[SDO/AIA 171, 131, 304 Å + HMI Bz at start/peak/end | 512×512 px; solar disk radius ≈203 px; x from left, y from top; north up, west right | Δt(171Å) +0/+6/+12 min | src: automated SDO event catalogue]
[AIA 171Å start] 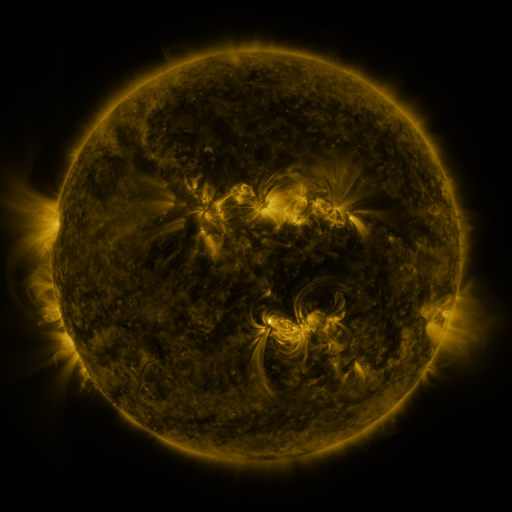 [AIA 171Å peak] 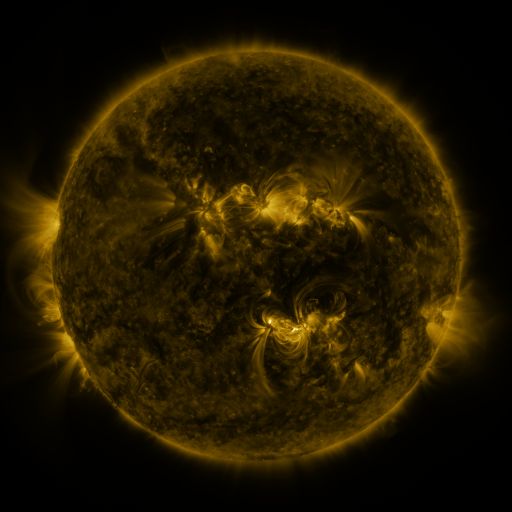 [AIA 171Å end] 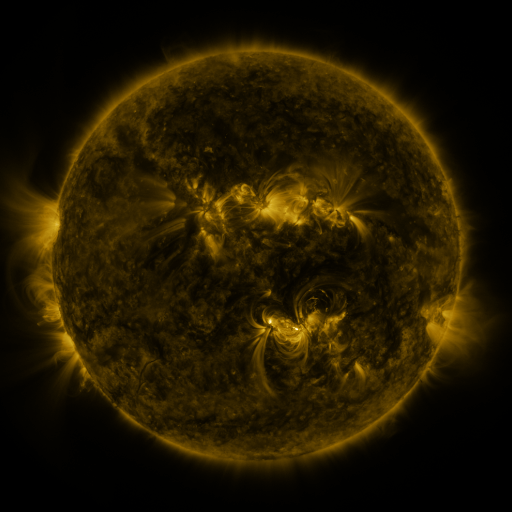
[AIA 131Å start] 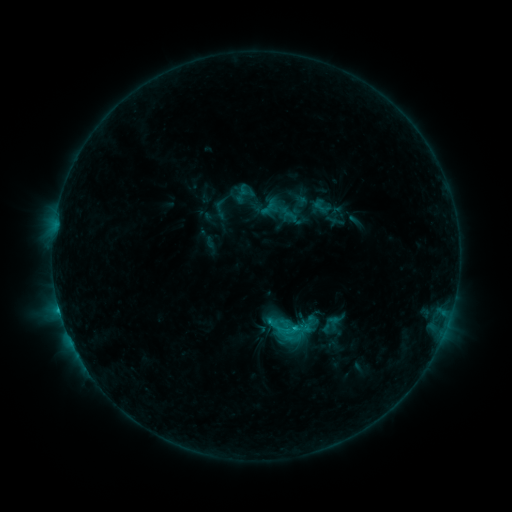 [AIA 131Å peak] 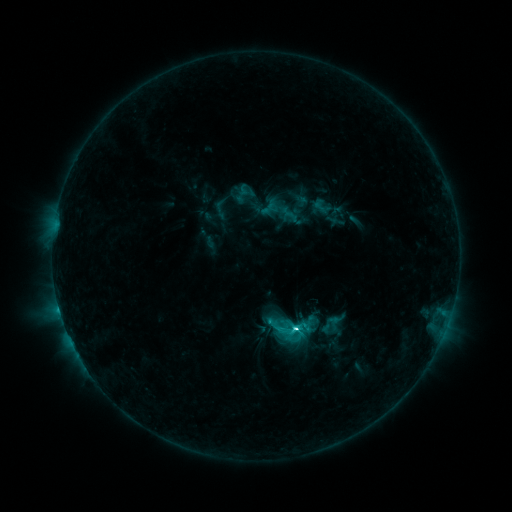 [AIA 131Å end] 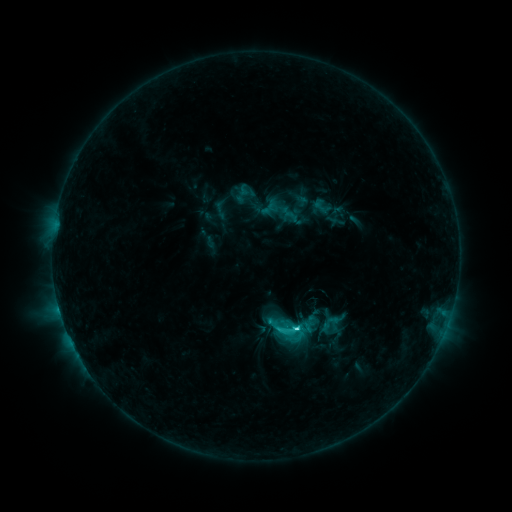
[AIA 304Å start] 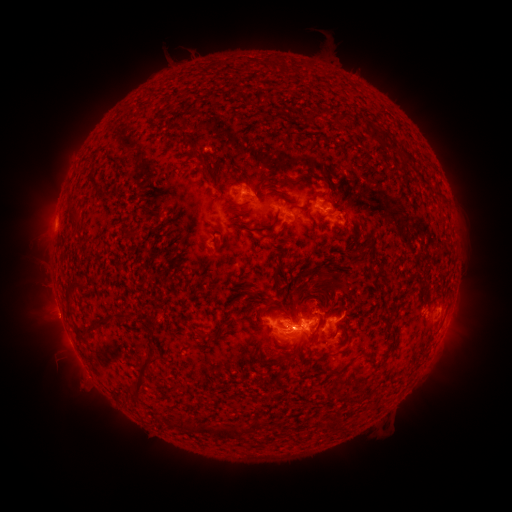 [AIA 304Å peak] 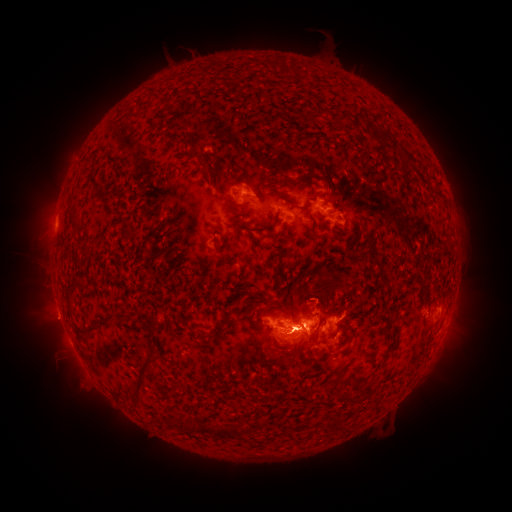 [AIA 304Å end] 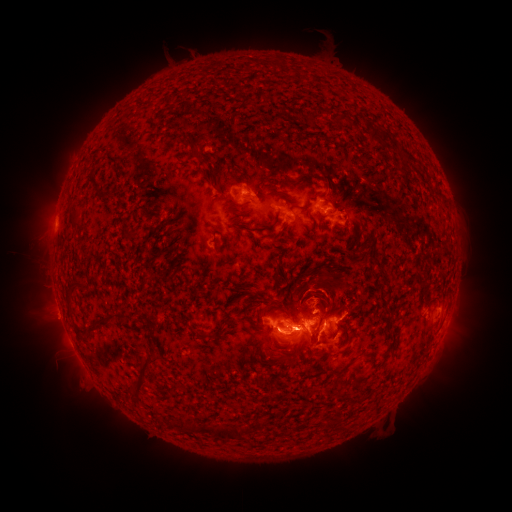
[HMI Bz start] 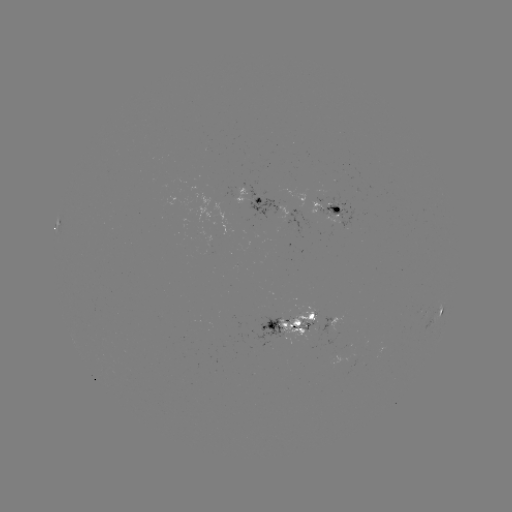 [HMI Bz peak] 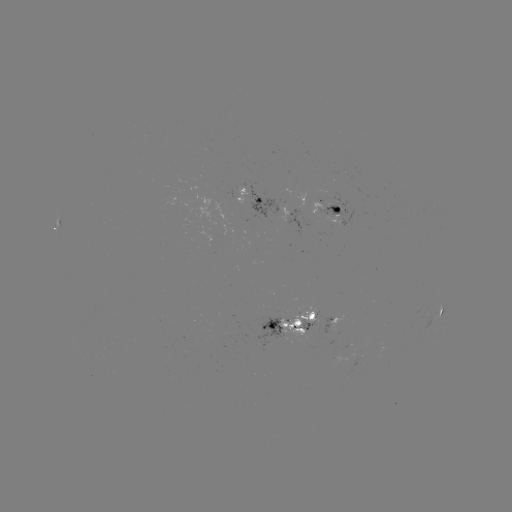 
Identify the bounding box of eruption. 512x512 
[257, 322, 327, 374].